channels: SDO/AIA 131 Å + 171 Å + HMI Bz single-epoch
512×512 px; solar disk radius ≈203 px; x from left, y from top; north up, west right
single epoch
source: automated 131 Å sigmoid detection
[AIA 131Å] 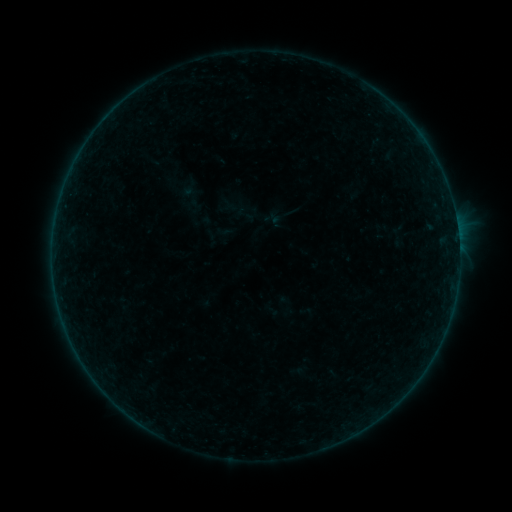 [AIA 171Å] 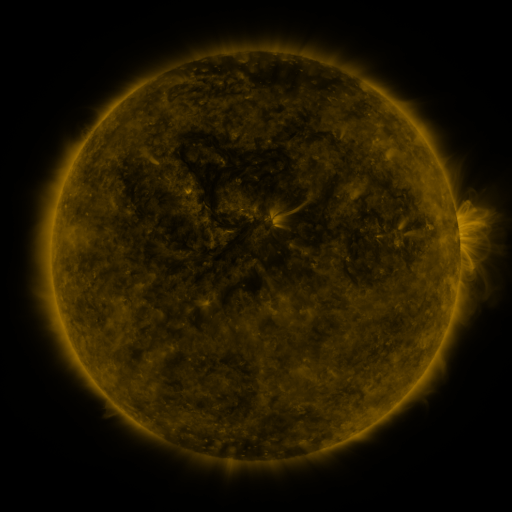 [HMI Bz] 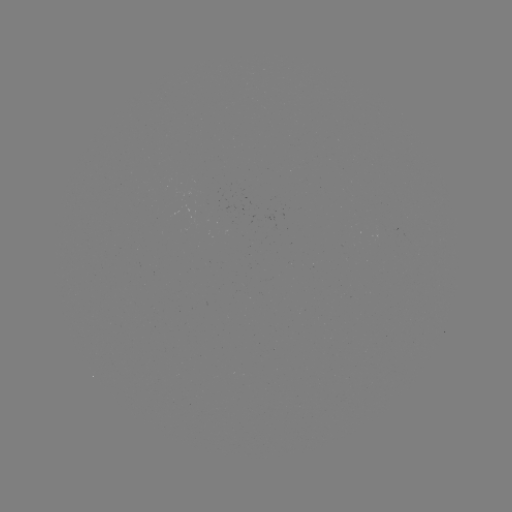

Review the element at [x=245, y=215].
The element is sigmoid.